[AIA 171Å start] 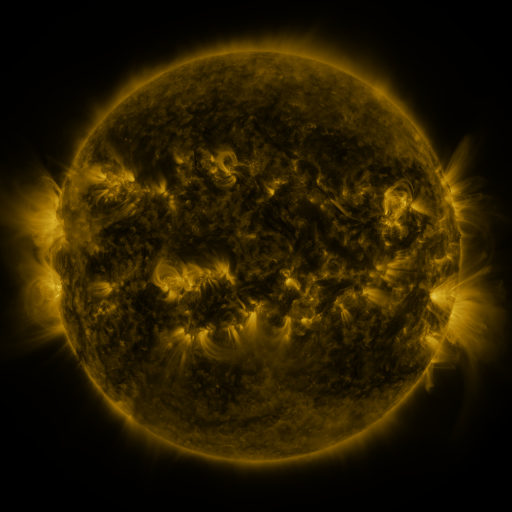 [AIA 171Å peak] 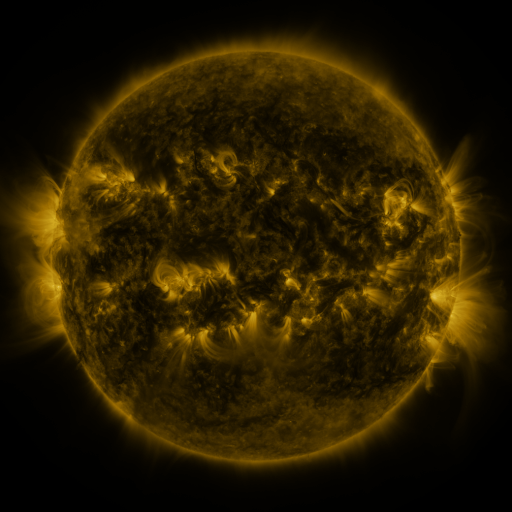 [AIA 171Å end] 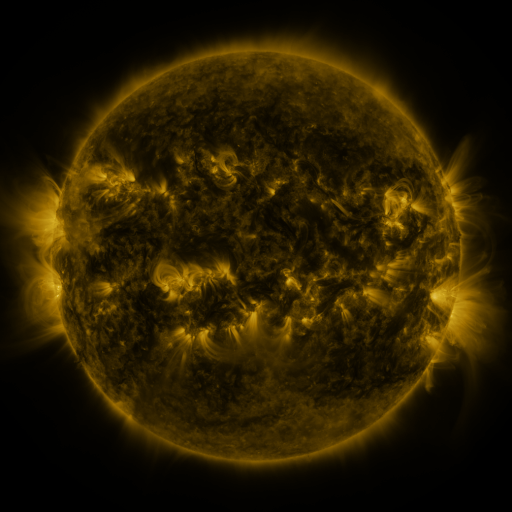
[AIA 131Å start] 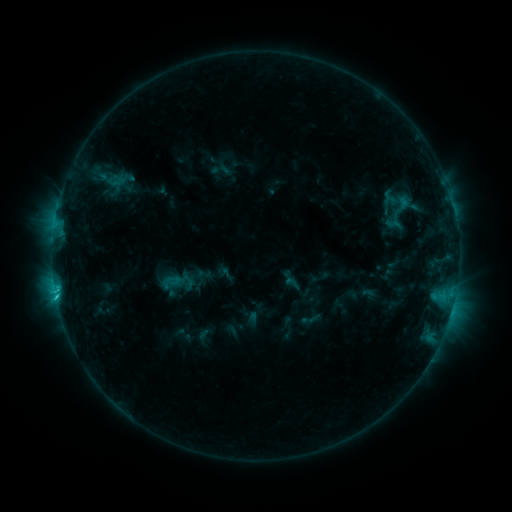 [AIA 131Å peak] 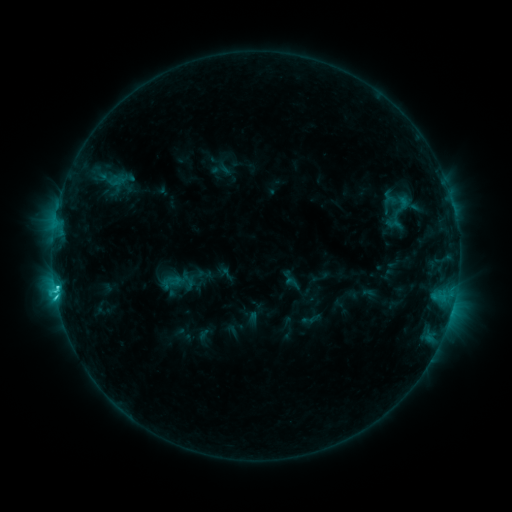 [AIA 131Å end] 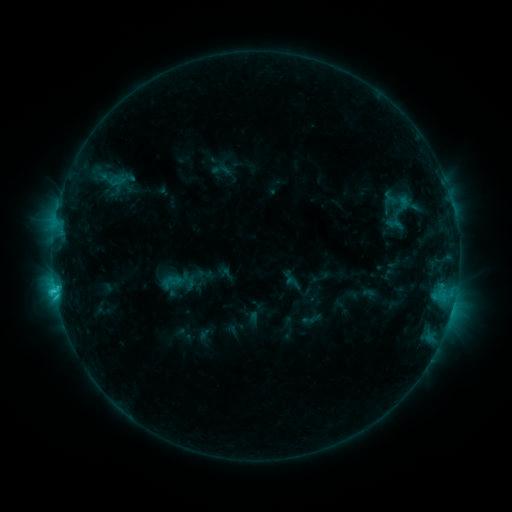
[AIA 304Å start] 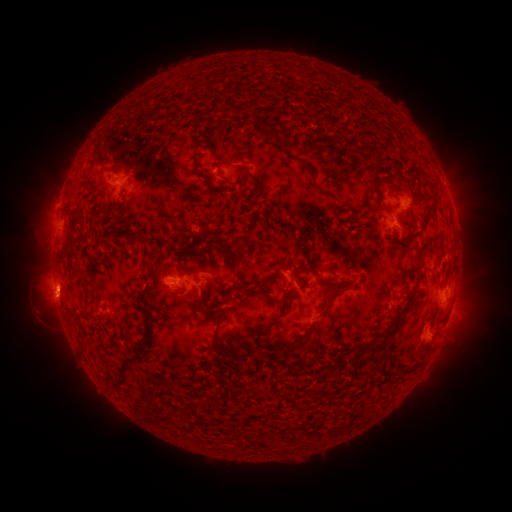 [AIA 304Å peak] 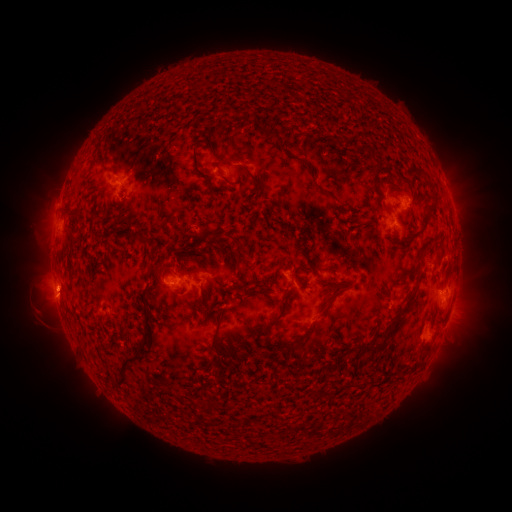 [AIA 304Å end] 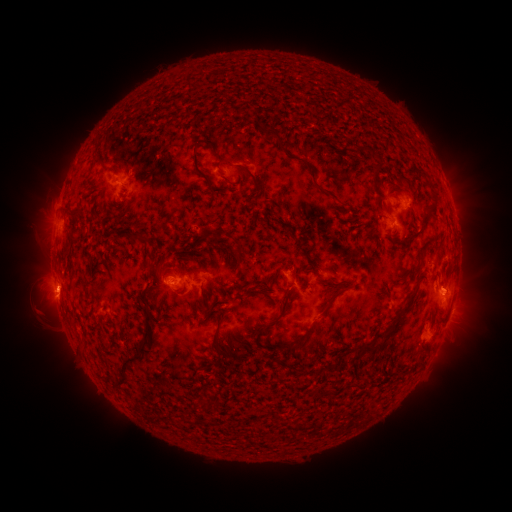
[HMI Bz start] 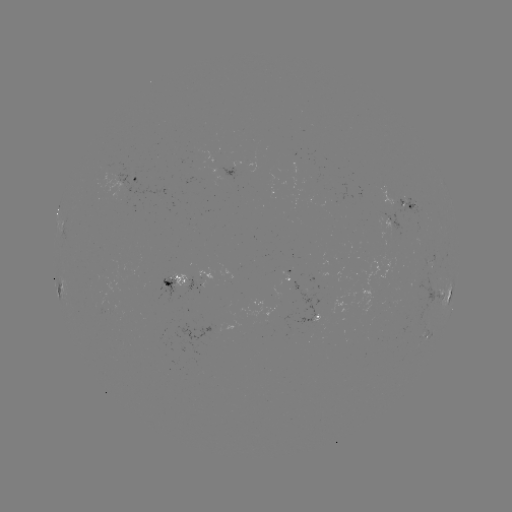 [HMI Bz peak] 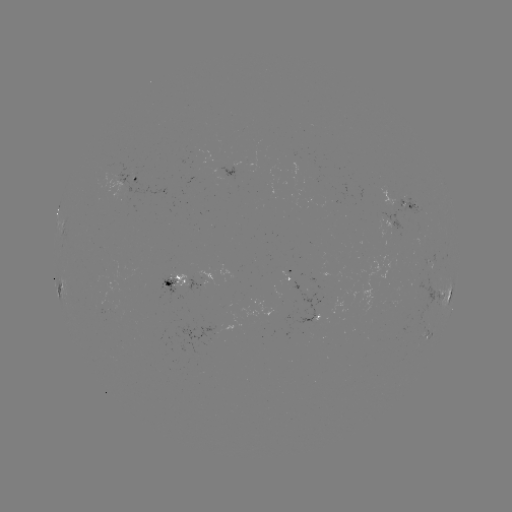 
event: flare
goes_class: C2.9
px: (57, 287)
